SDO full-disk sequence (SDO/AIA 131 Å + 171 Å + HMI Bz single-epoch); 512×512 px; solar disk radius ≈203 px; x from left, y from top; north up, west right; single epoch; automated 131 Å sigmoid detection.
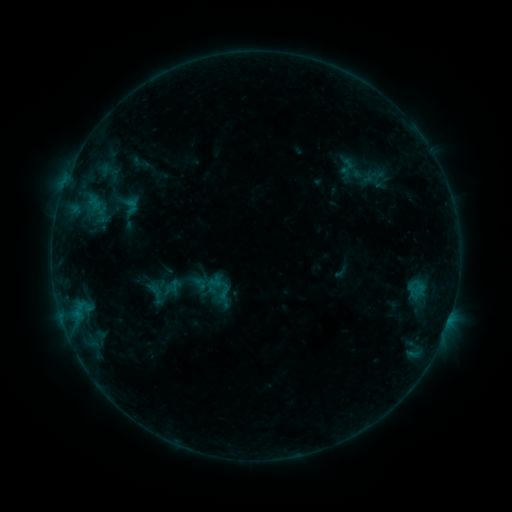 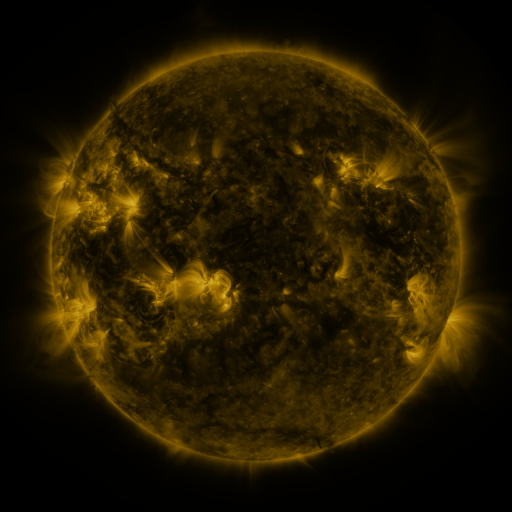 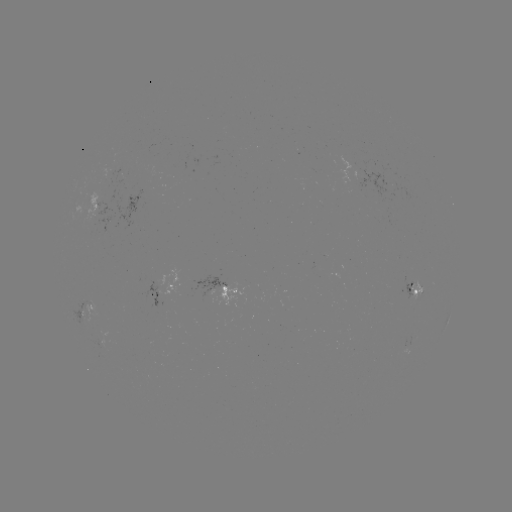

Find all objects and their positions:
sigmoid: (220, 288)
sigmoid: (156, 294)
